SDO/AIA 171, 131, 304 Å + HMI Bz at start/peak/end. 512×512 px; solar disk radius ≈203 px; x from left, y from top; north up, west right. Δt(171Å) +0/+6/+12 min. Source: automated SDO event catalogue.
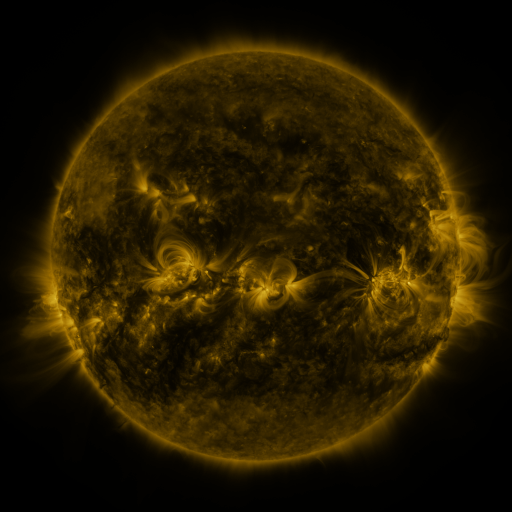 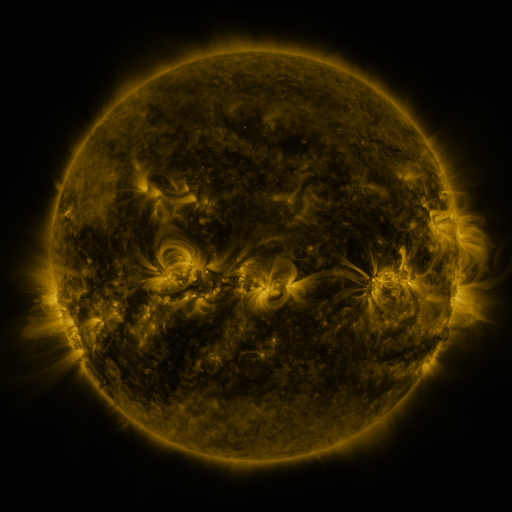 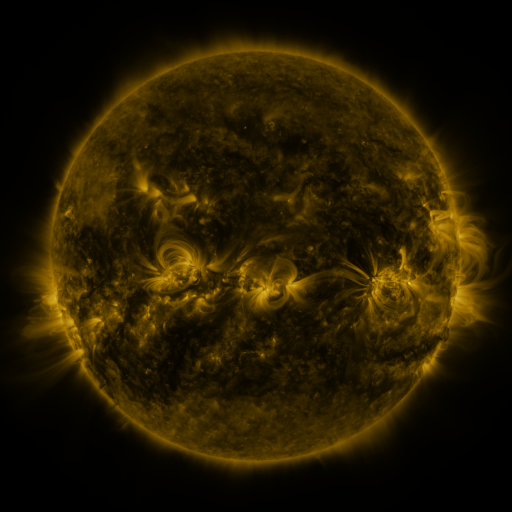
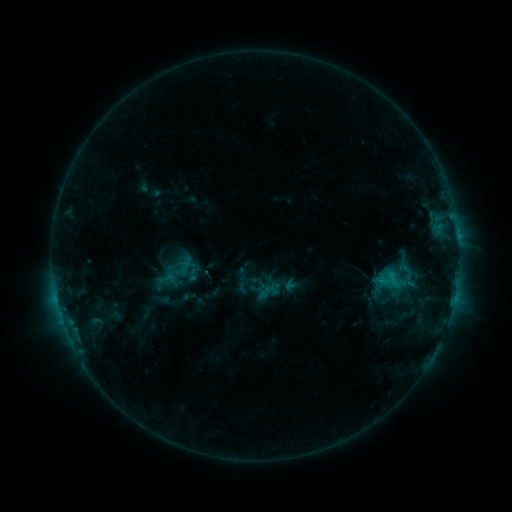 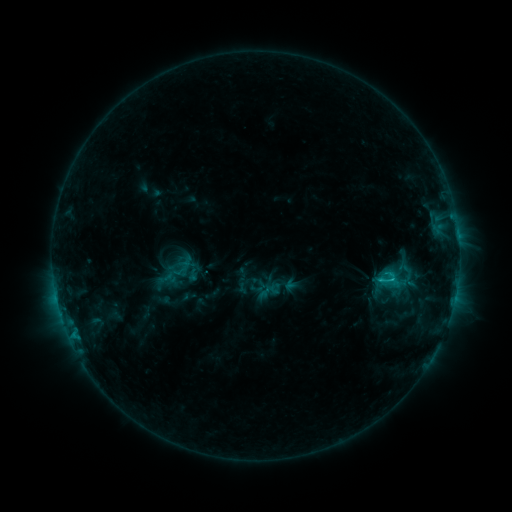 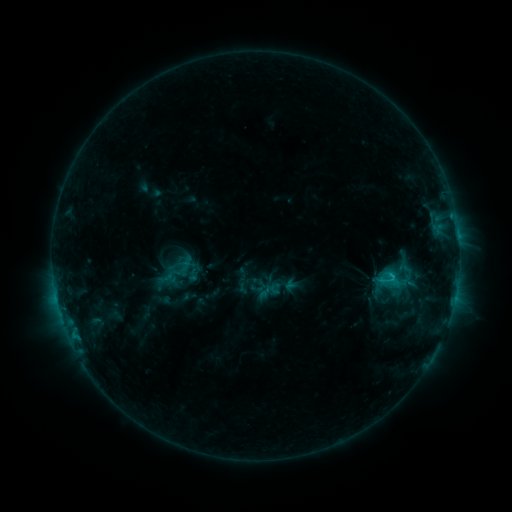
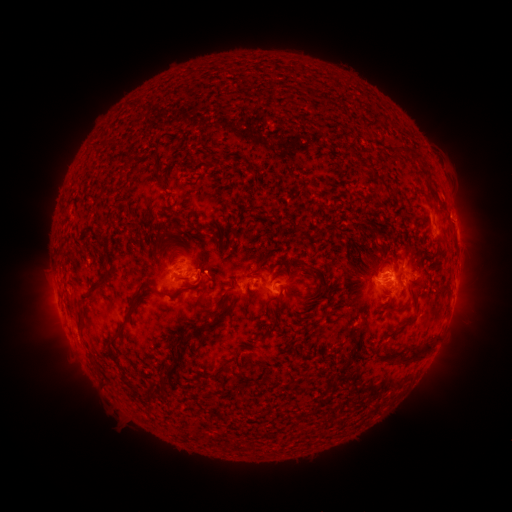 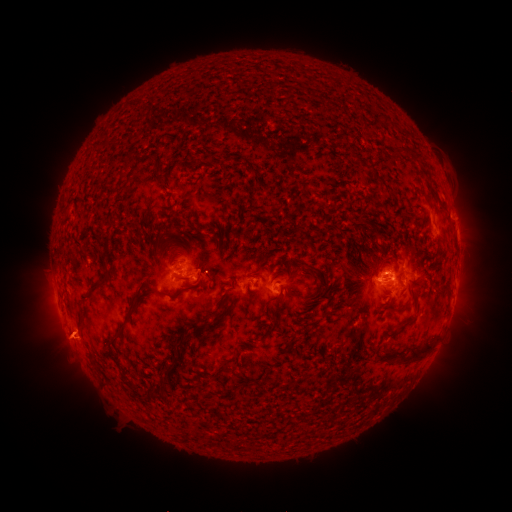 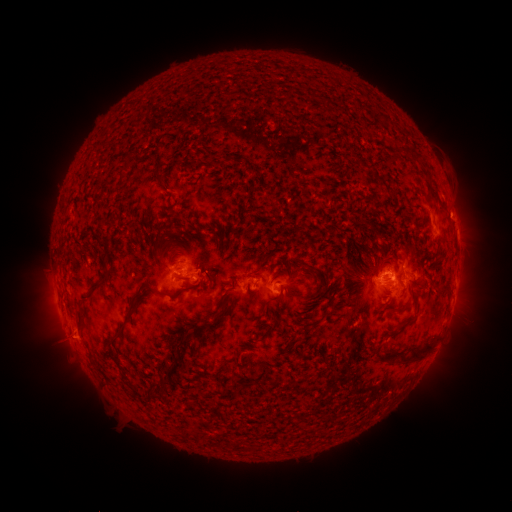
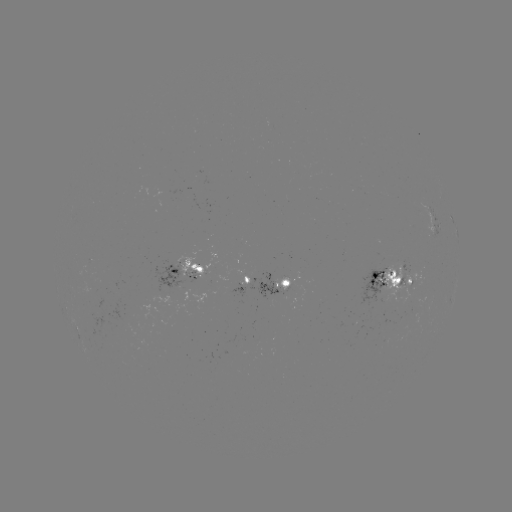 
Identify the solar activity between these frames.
C1.3 flare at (390, 273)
